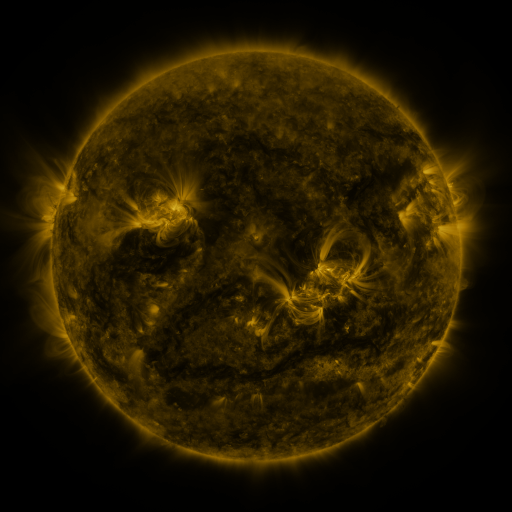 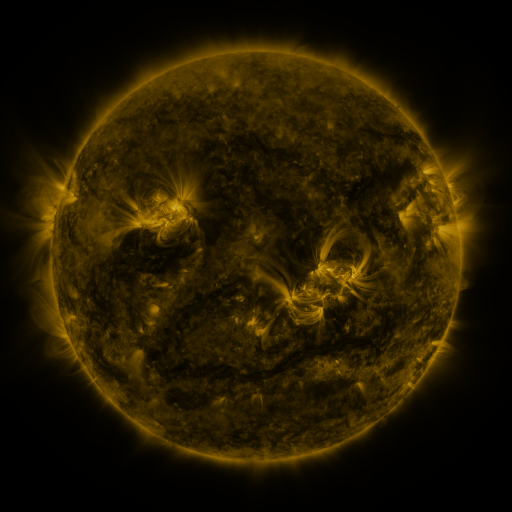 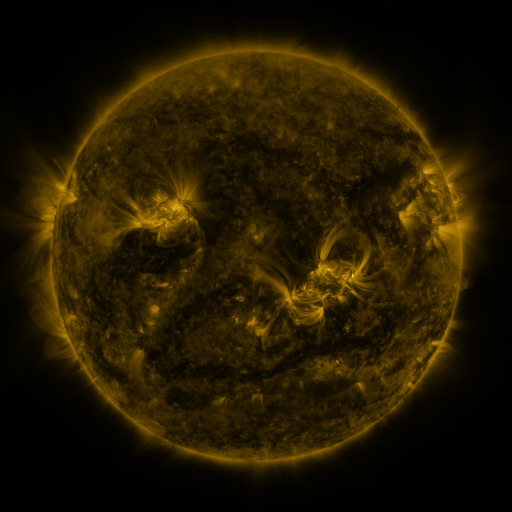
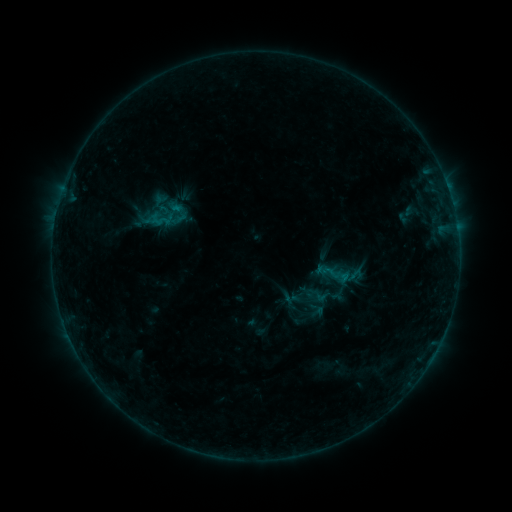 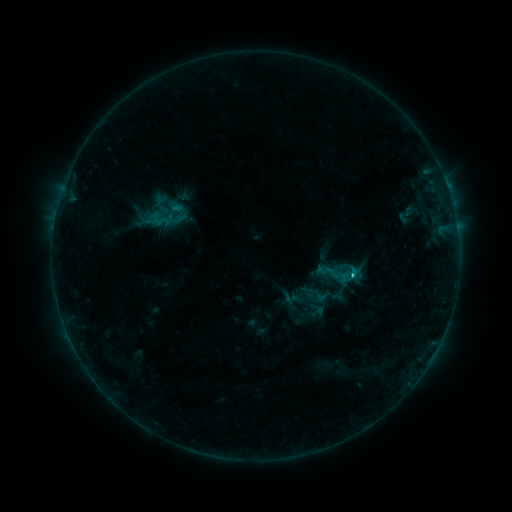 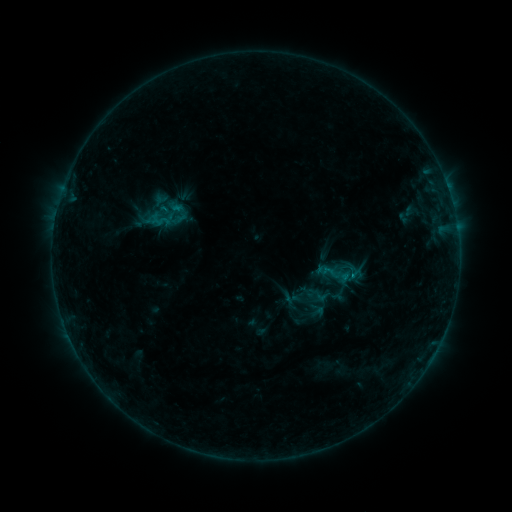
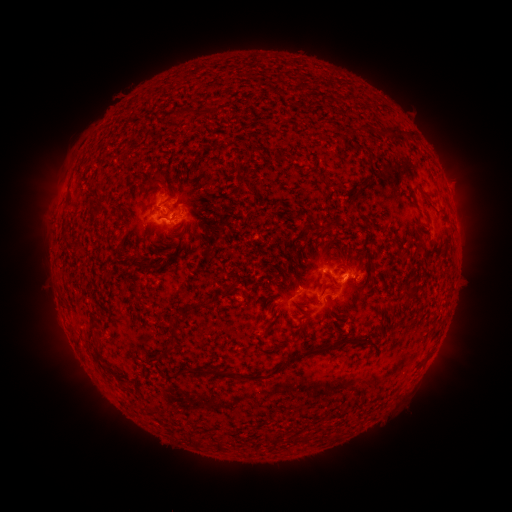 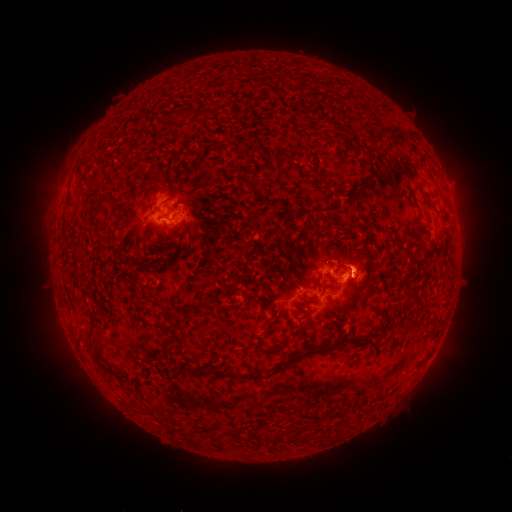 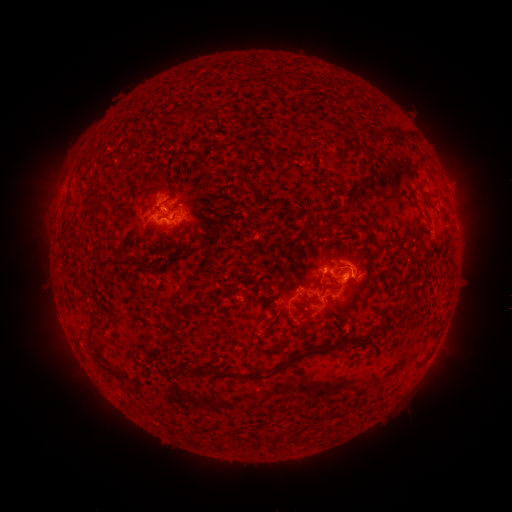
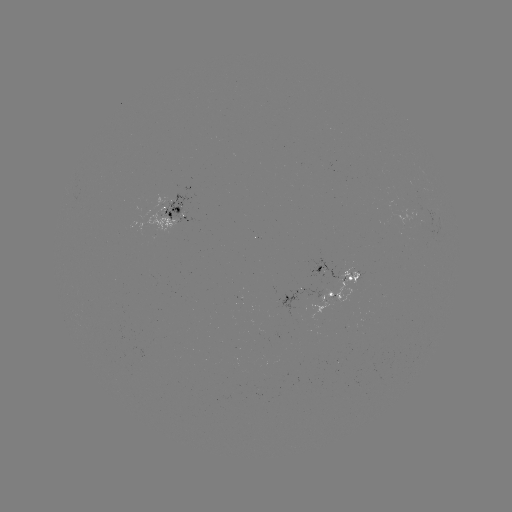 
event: flare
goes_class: C1.1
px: (351, 274)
